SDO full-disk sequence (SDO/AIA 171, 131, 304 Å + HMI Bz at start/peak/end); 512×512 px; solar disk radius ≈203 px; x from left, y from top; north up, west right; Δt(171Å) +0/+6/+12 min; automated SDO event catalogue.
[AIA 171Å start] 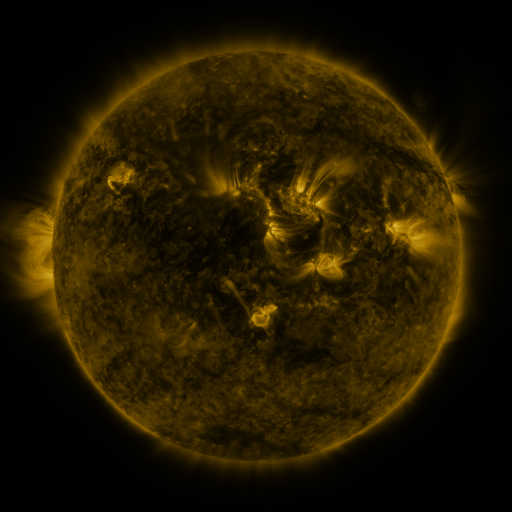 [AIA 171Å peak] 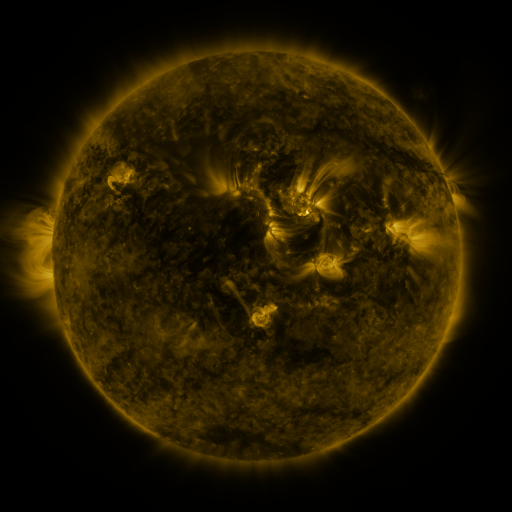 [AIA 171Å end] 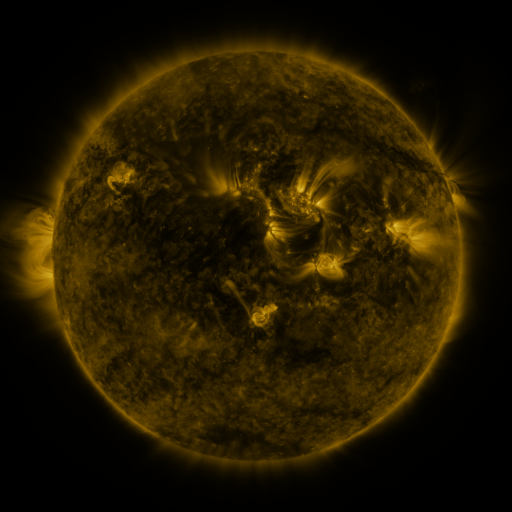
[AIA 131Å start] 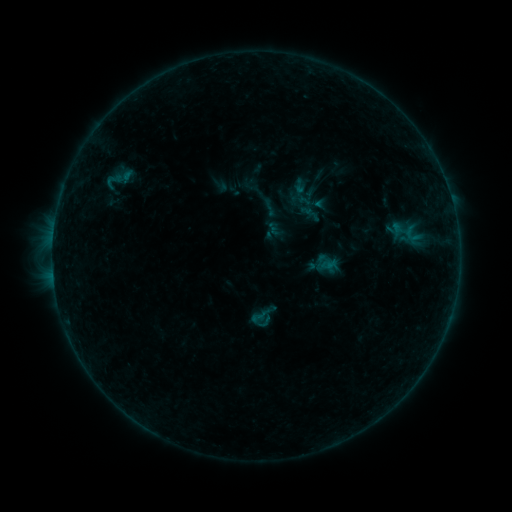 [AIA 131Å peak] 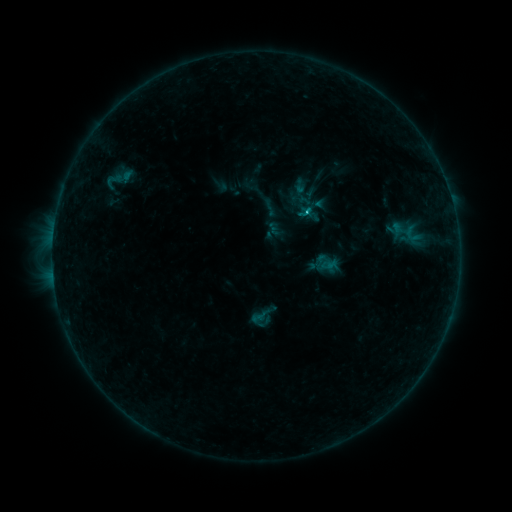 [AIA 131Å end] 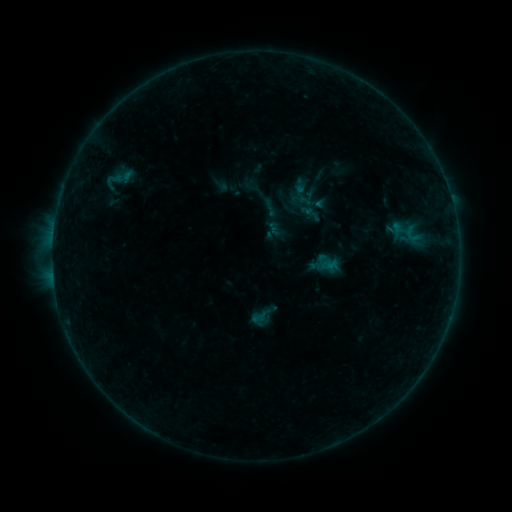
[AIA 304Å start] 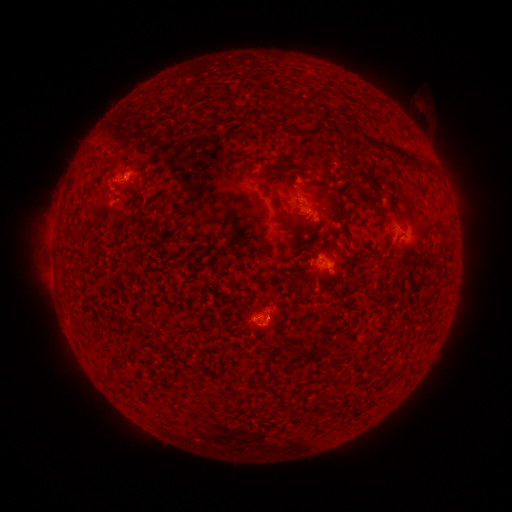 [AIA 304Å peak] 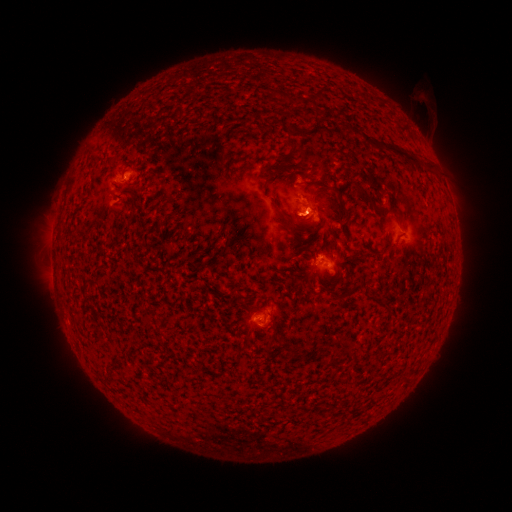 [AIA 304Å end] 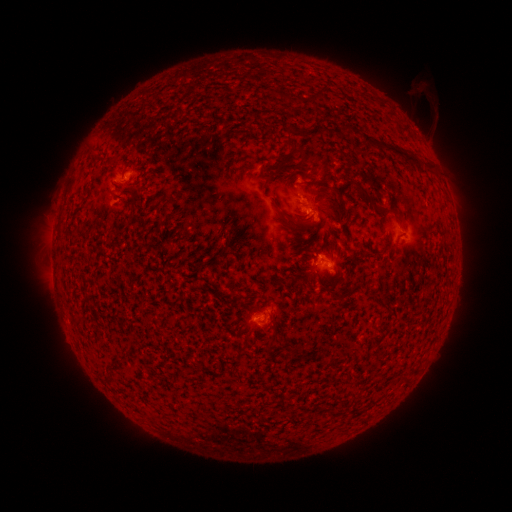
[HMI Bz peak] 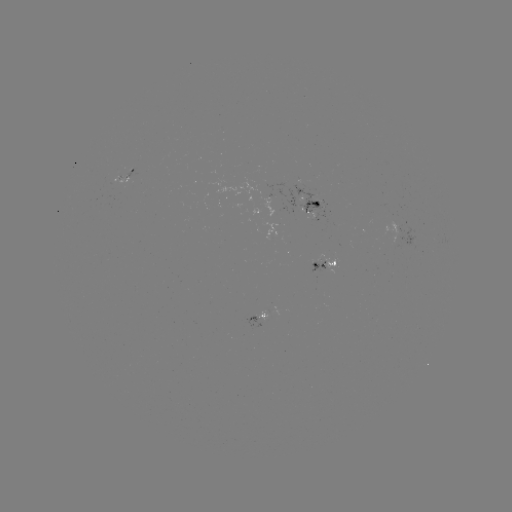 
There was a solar flare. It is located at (304, 213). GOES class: B5.7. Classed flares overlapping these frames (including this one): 1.